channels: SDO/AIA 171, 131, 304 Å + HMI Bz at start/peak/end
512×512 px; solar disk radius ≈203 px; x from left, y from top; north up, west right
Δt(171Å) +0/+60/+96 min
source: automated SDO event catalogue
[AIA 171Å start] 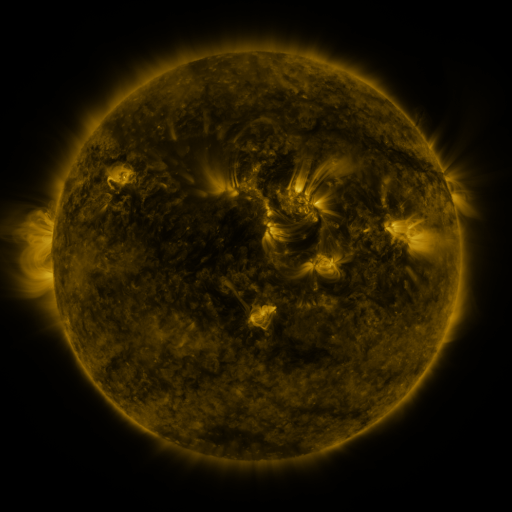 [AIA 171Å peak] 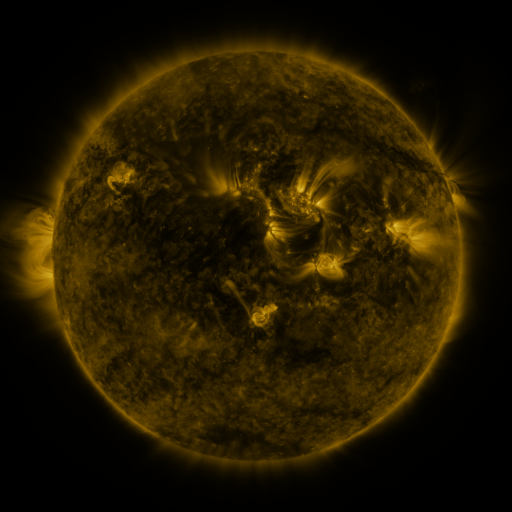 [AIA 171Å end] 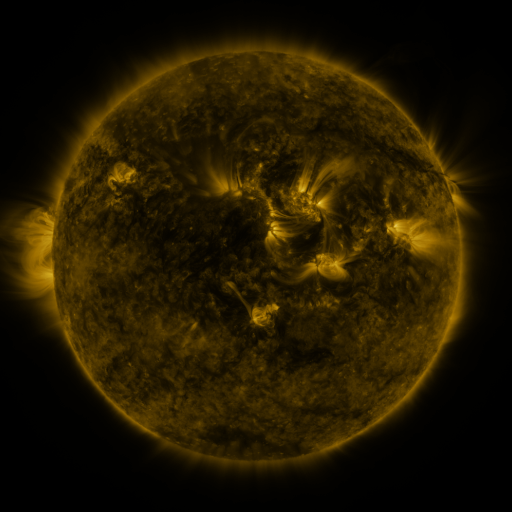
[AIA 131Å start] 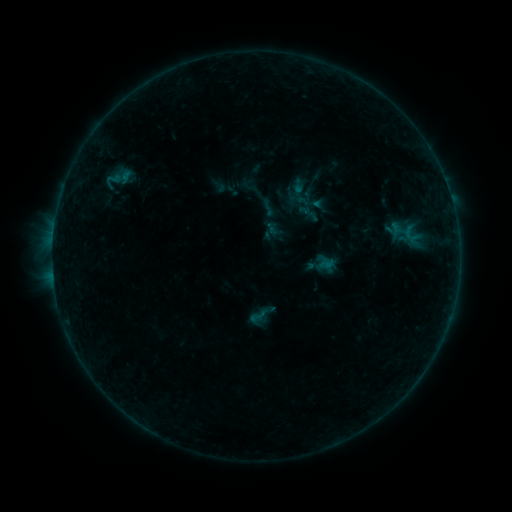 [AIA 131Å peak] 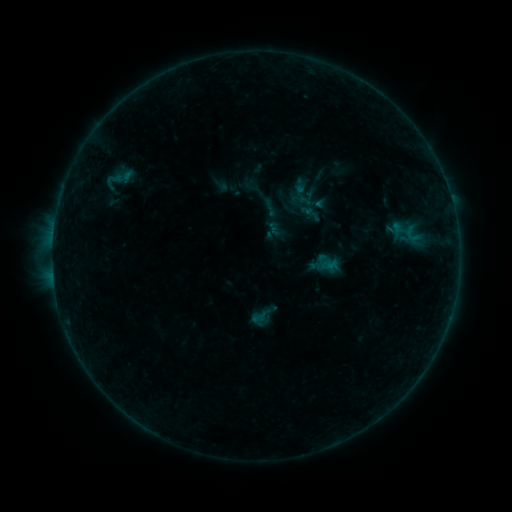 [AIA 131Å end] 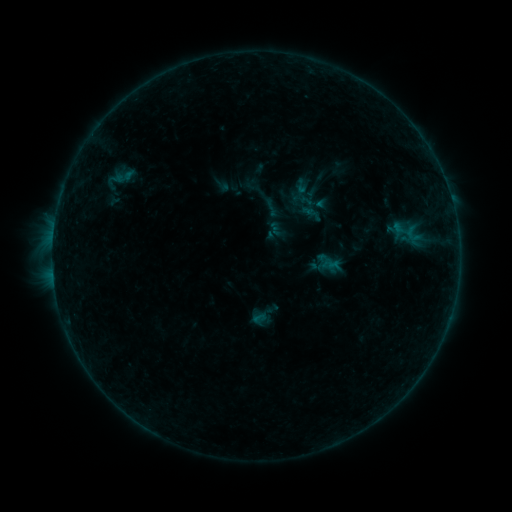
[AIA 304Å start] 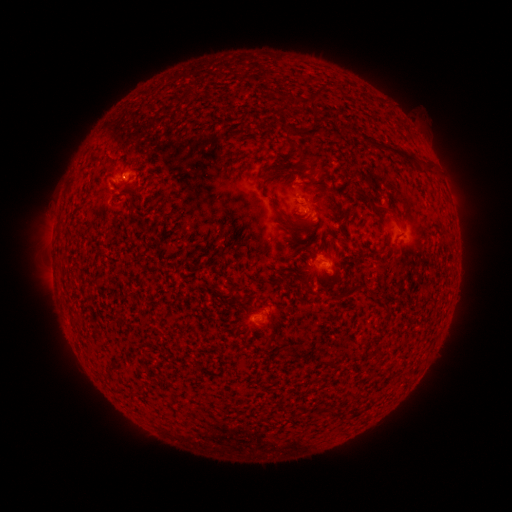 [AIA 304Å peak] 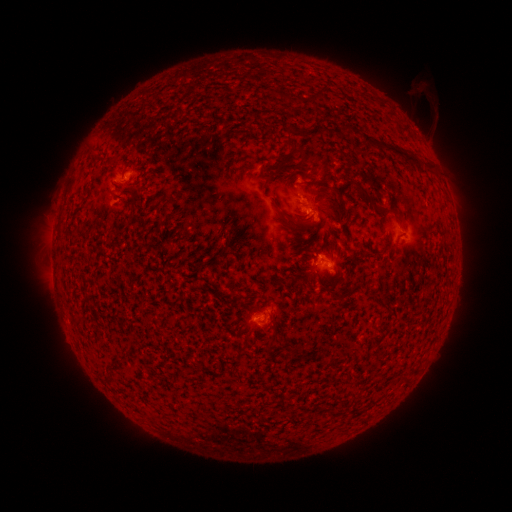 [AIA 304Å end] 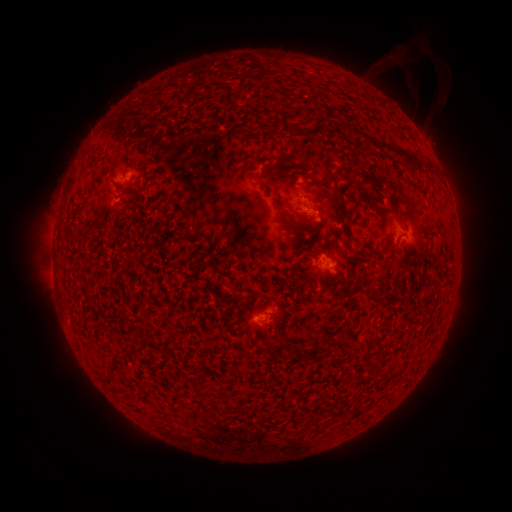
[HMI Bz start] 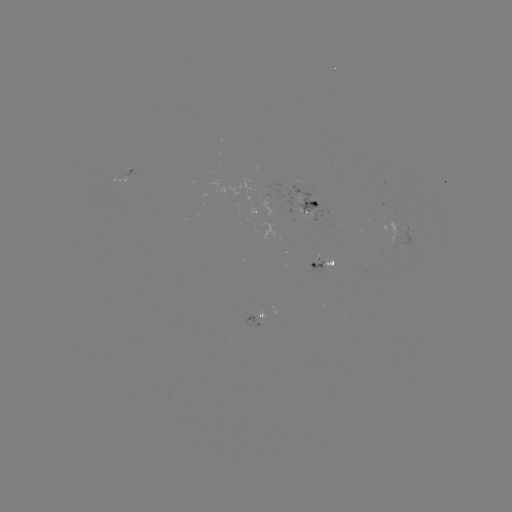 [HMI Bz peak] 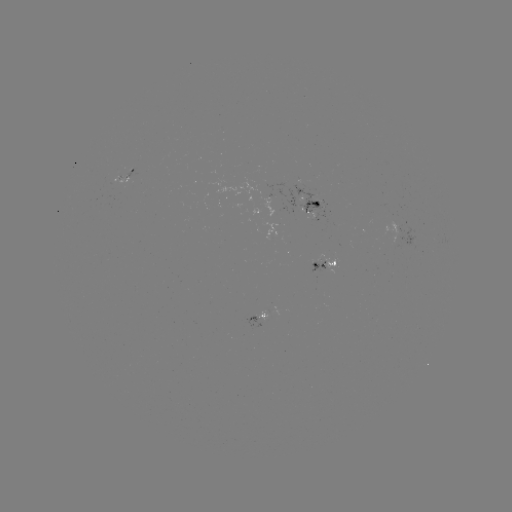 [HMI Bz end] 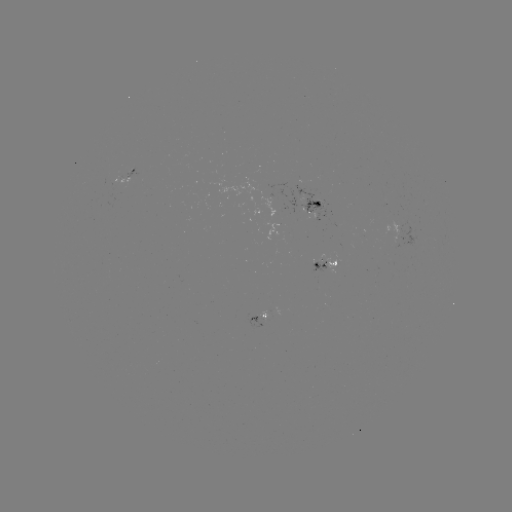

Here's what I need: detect emerging-flux region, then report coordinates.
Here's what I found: emerging-flux region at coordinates [396, 228].